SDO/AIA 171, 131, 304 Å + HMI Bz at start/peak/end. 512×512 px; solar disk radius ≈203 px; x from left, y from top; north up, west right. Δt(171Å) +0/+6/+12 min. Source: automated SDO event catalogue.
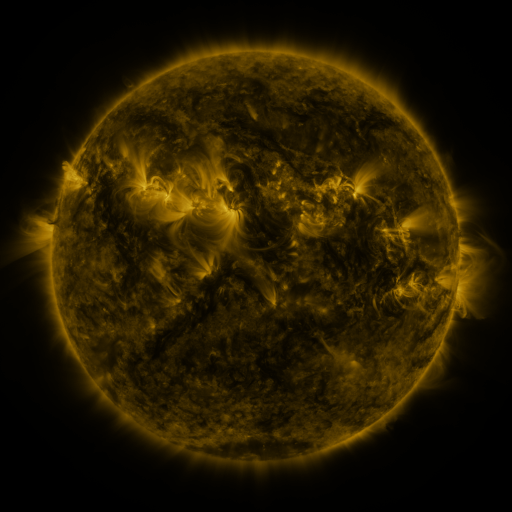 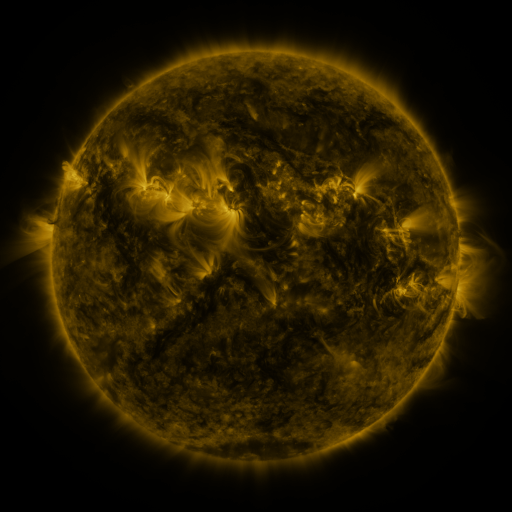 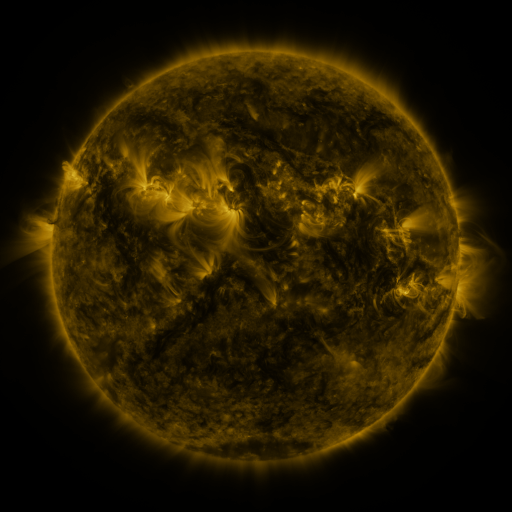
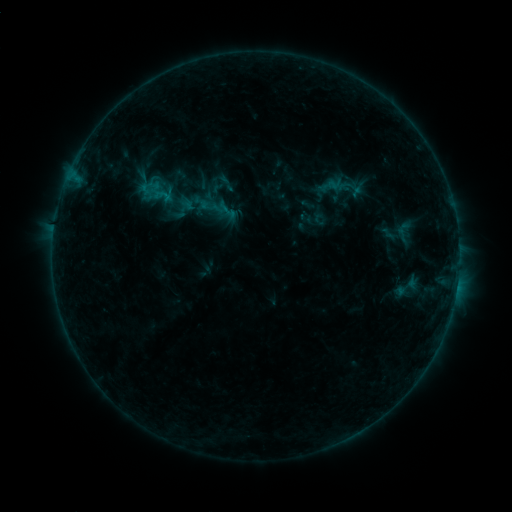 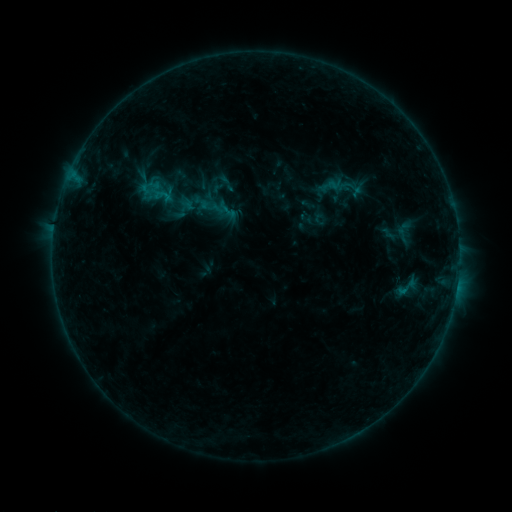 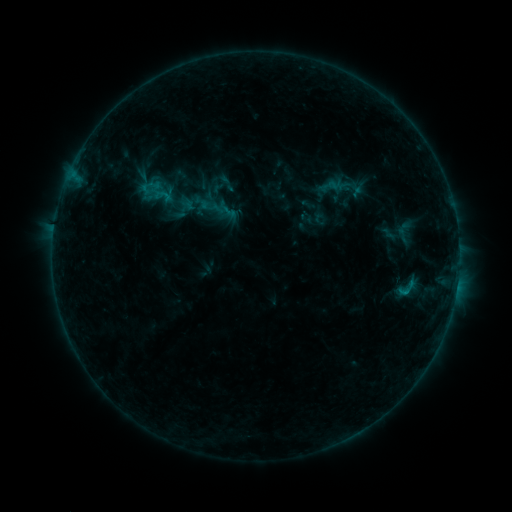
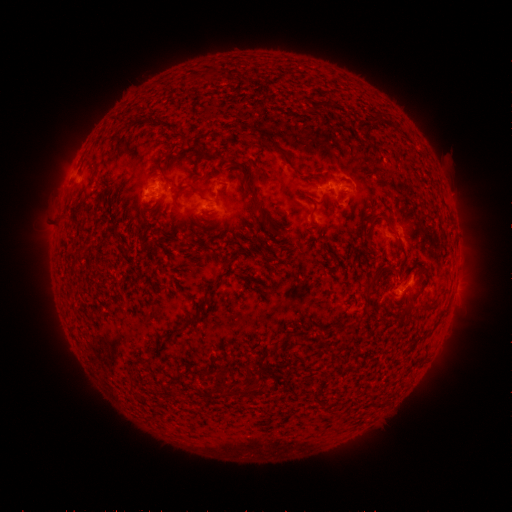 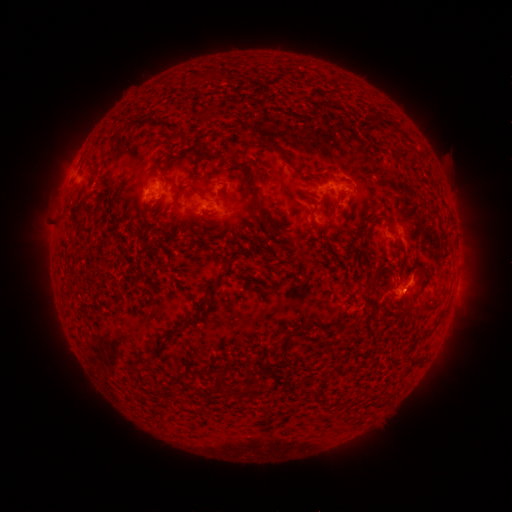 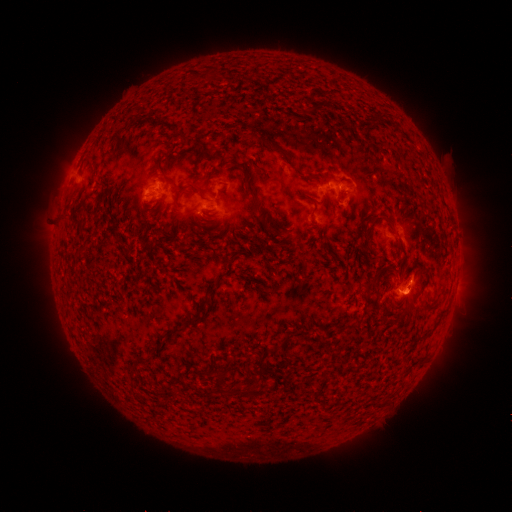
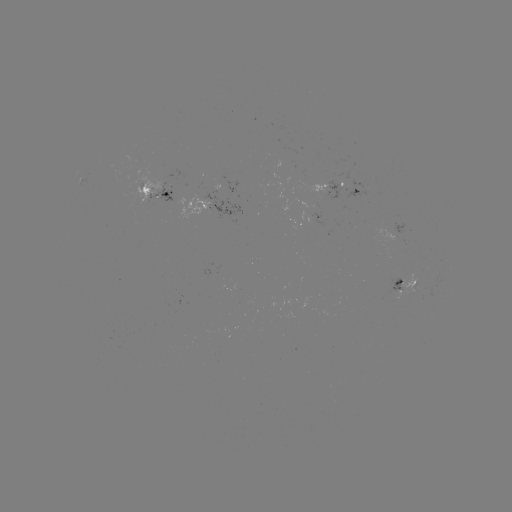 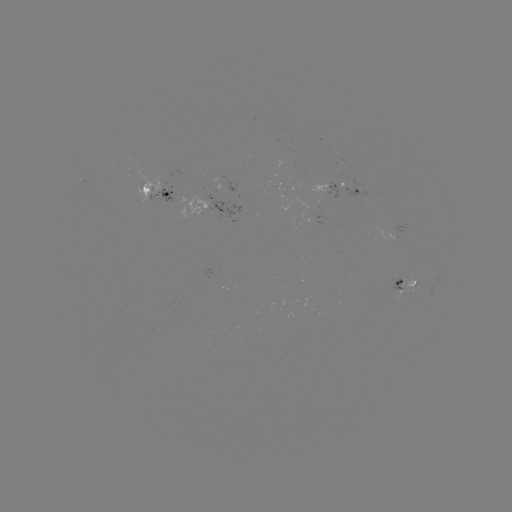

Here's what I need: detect eruption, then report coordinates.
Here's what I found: eruption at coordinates [414, 297].